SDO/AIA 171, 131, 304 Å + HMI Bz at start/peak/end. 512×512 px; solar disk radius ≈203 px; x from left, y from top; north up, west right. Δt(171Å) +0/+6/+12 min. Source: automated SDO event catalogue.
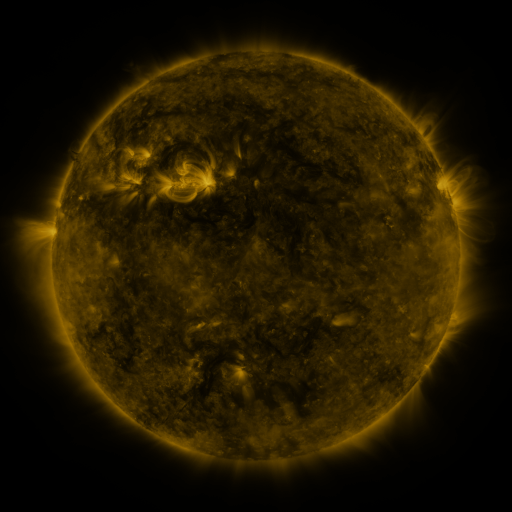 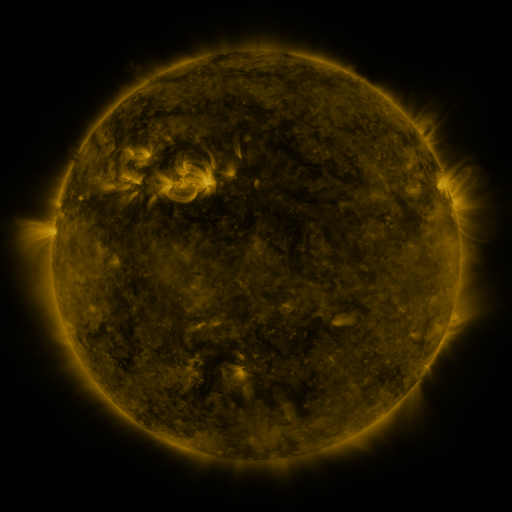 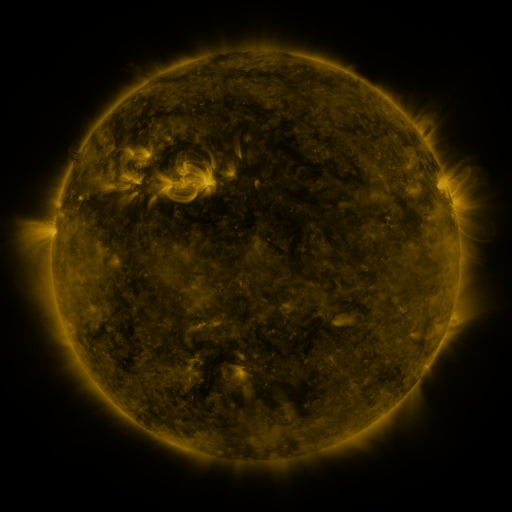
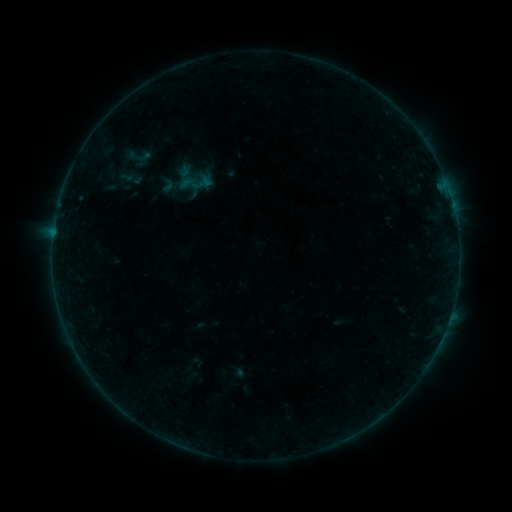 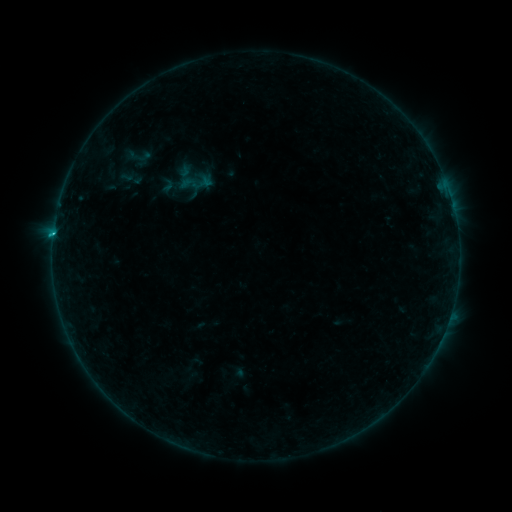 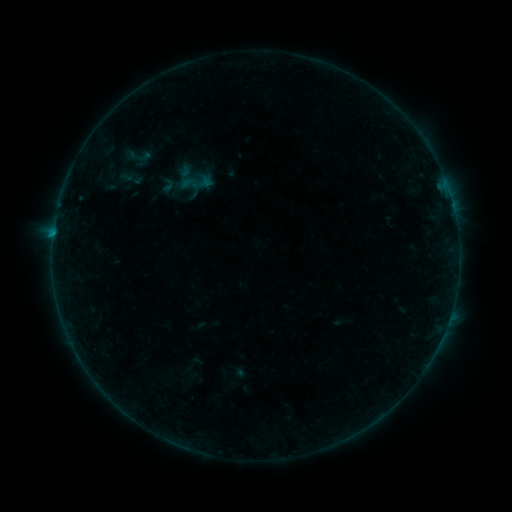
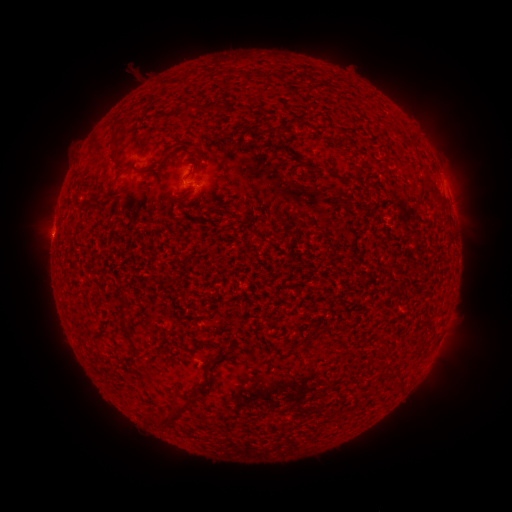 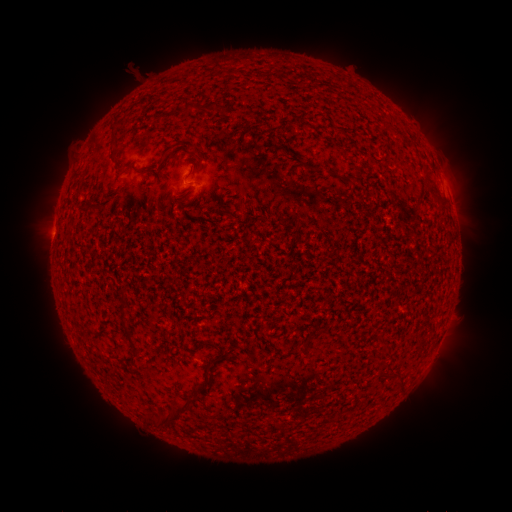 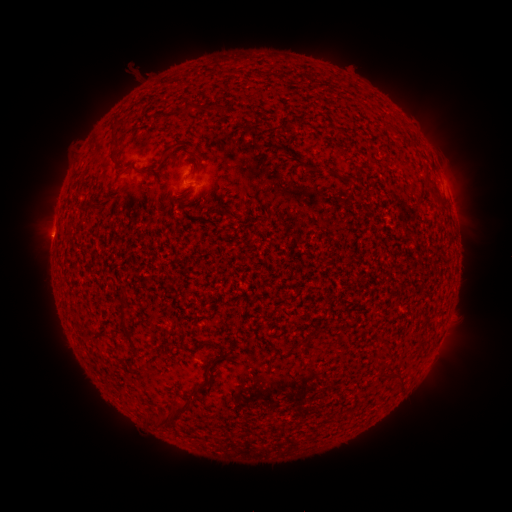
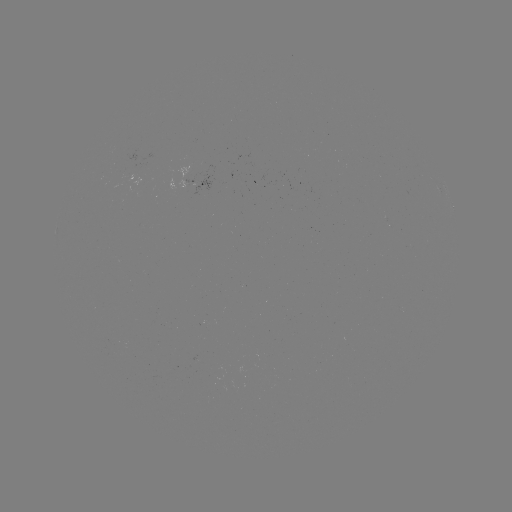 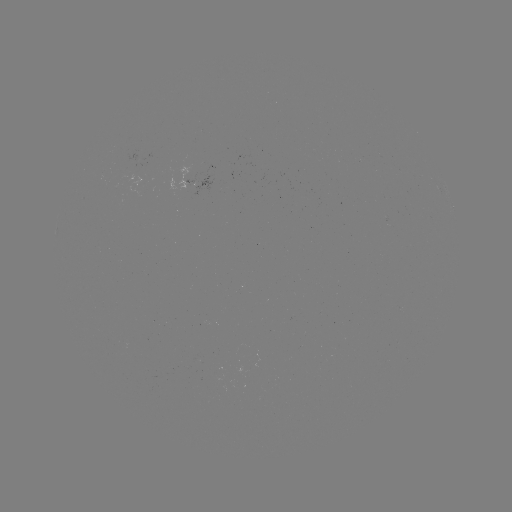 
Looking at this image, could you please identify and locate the B4.9 flare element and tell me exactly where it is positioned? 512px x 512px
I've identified B4.9 flare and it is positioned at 53,234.